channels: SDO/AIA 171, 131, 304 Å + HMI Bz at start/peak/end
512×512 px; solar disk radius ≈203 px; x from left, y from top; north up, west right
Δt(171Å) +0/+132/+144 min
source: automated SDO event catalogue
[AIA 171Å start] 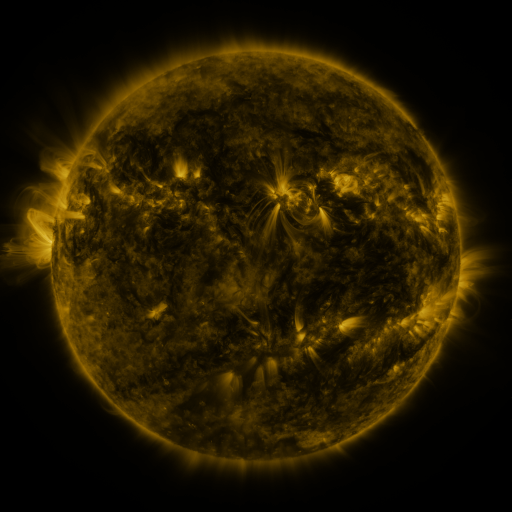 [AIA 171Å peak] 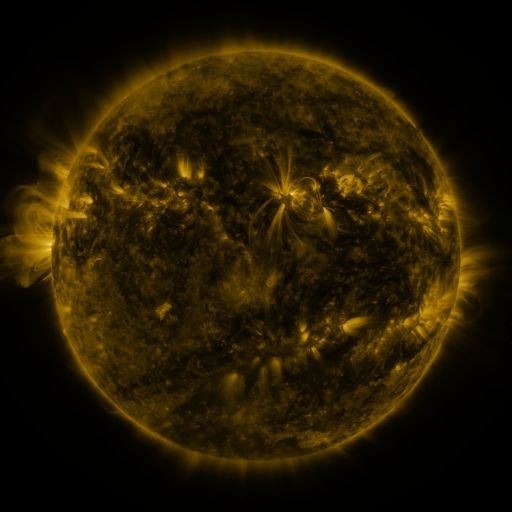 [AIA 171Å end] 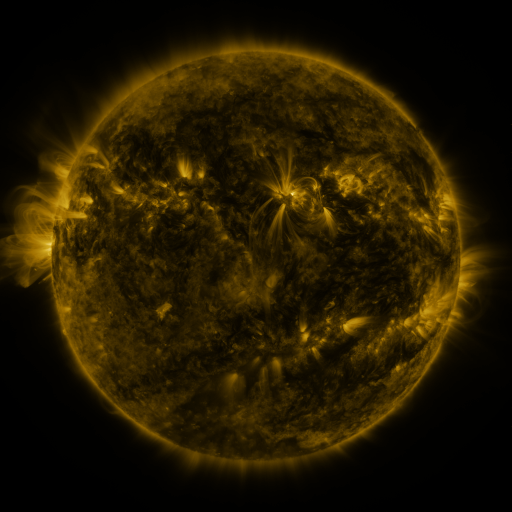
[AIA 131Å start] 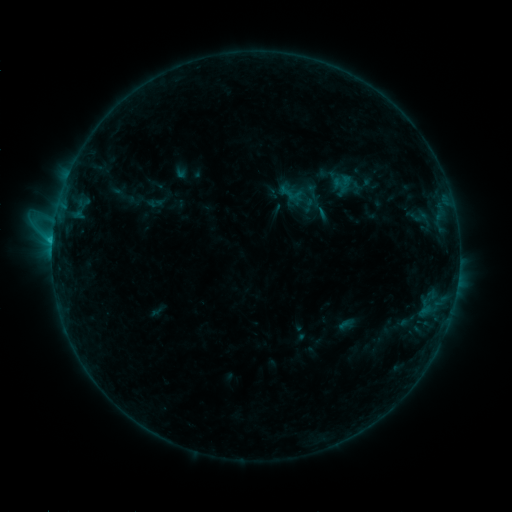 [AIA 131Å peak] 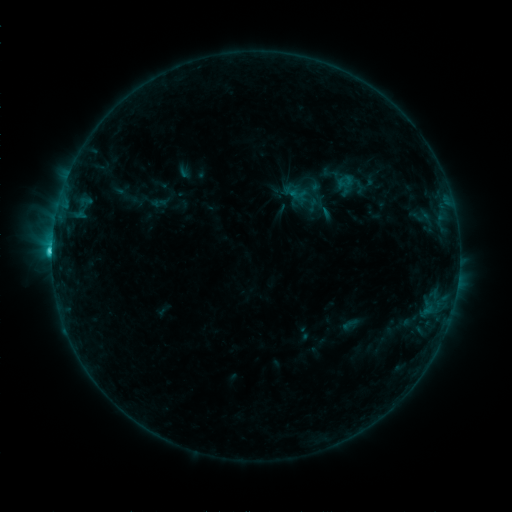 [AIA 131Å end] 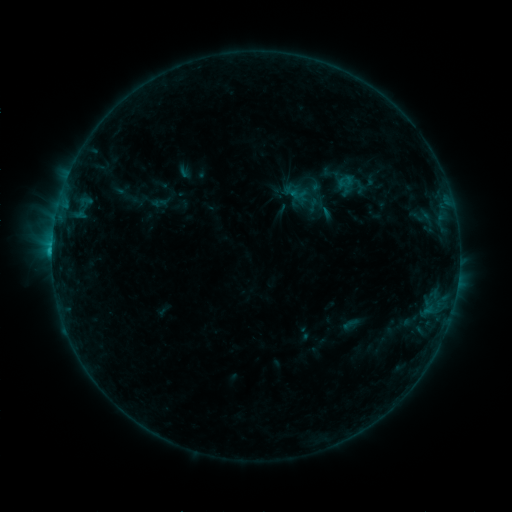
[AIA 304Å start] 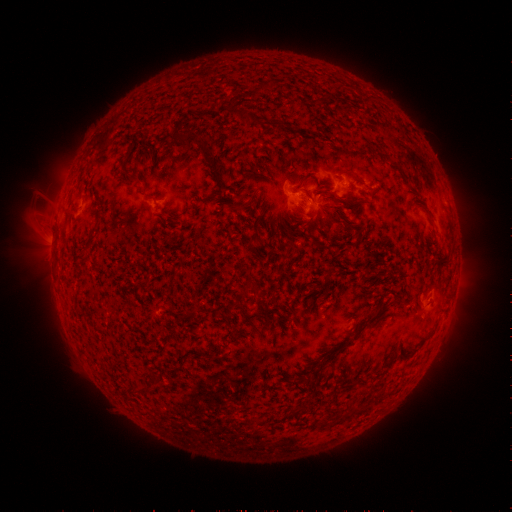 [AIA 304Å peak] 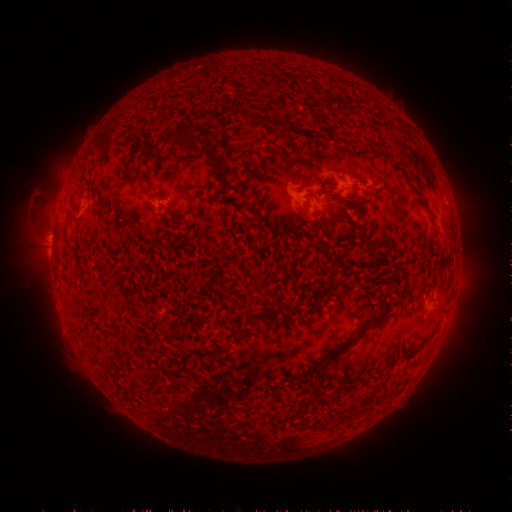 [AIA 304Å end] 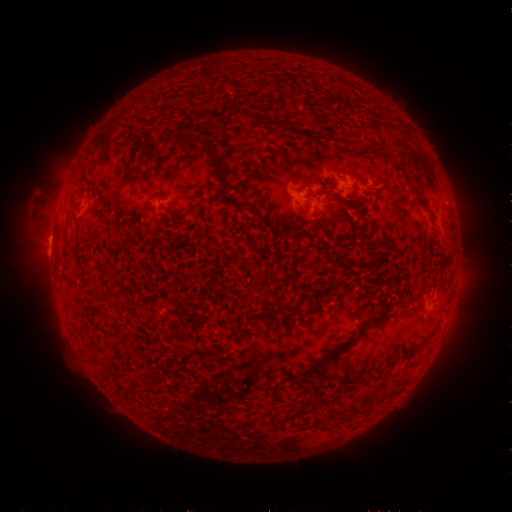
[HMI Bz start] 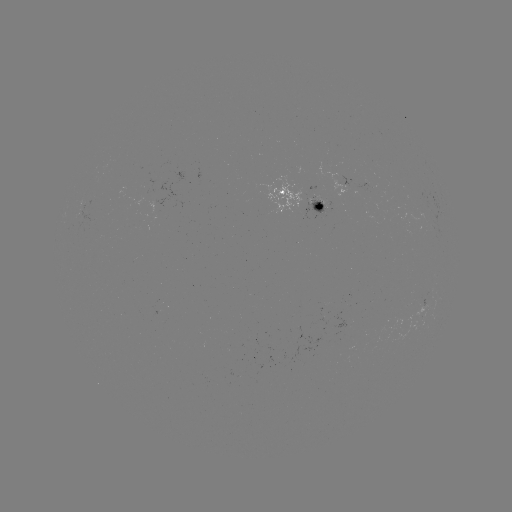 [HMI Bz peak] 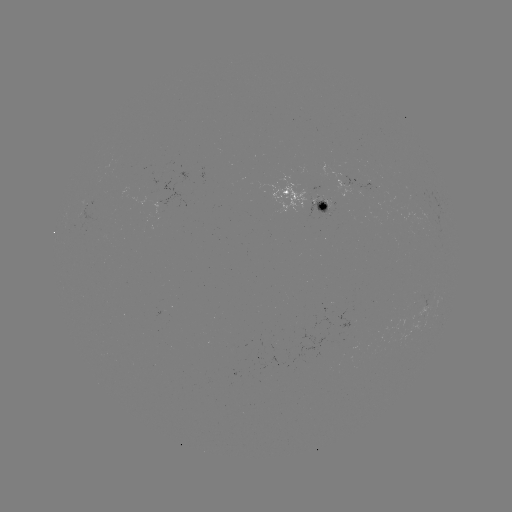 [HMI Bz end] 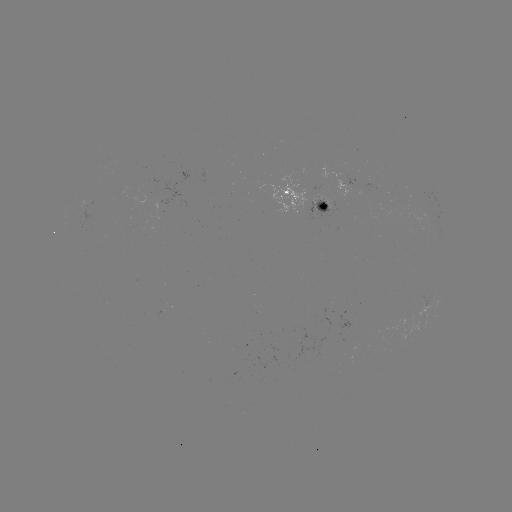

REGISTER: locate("emerging-flux region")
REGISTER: [326, 319]